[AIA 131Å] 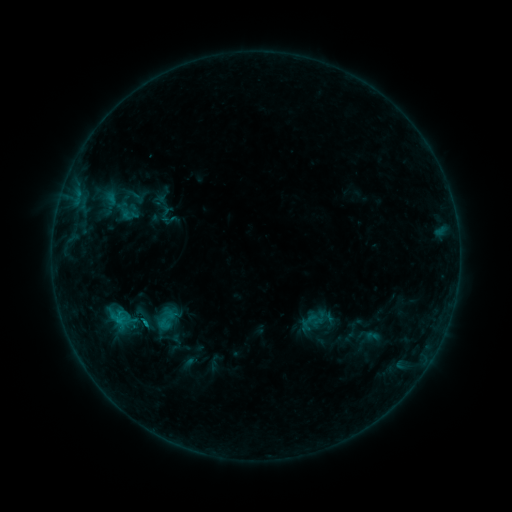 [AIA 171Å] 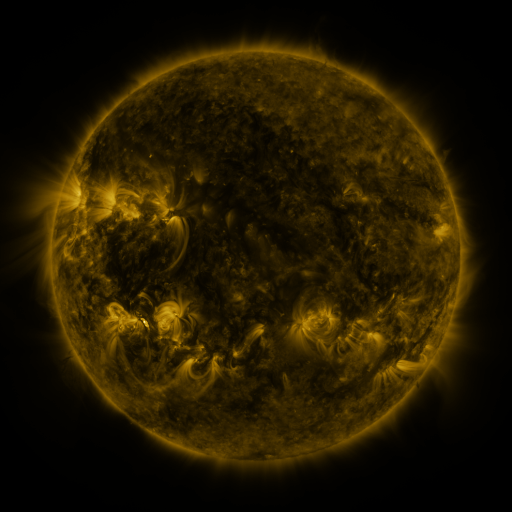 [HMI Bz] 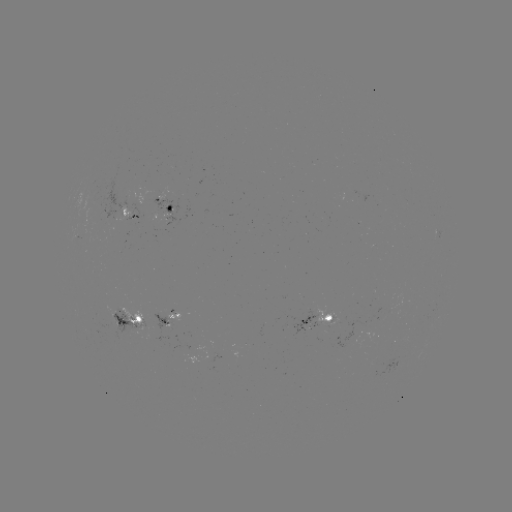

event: sigmoid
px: (144, 320)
